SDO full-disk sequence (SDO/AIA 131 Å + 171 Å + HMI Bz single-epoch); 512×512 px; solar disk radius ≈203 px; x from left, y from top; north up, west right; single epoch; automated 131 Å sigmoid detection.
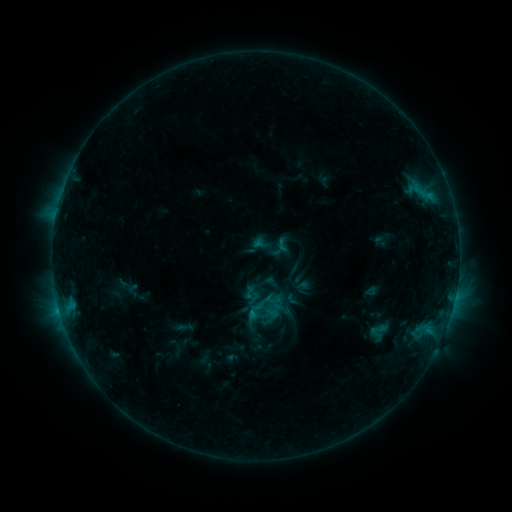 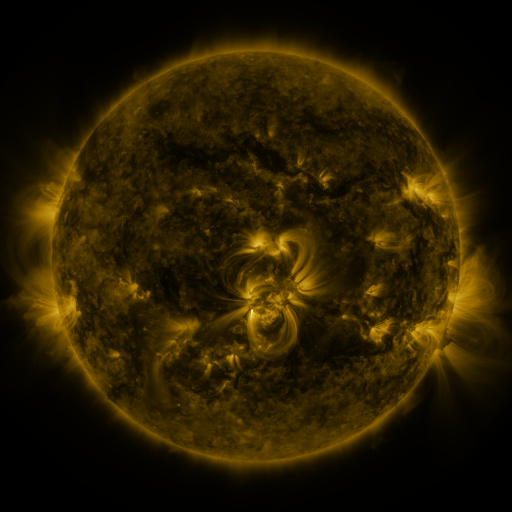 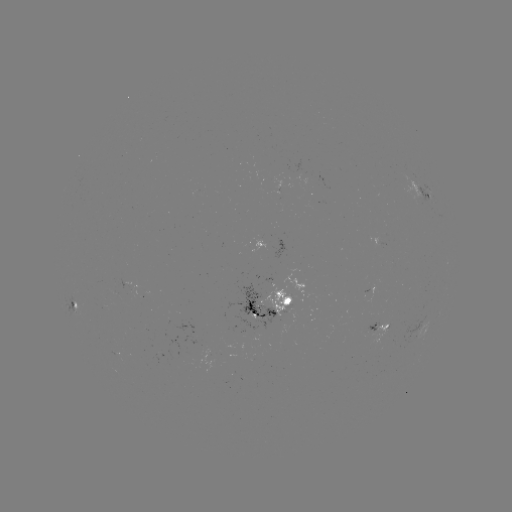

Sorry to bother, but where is sigmoid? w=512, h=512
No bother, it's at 255,312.